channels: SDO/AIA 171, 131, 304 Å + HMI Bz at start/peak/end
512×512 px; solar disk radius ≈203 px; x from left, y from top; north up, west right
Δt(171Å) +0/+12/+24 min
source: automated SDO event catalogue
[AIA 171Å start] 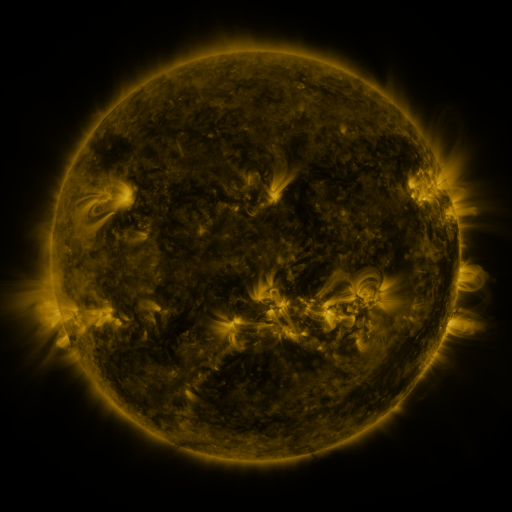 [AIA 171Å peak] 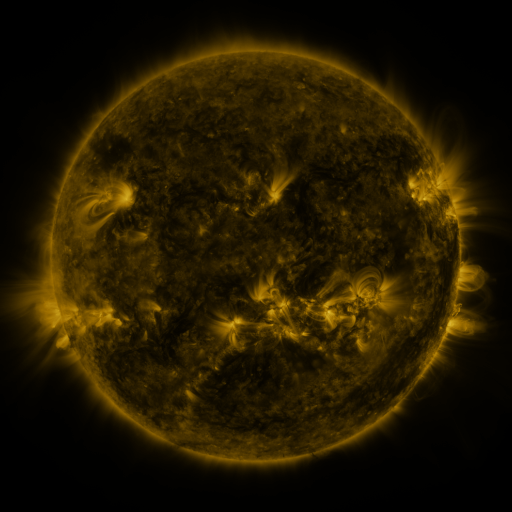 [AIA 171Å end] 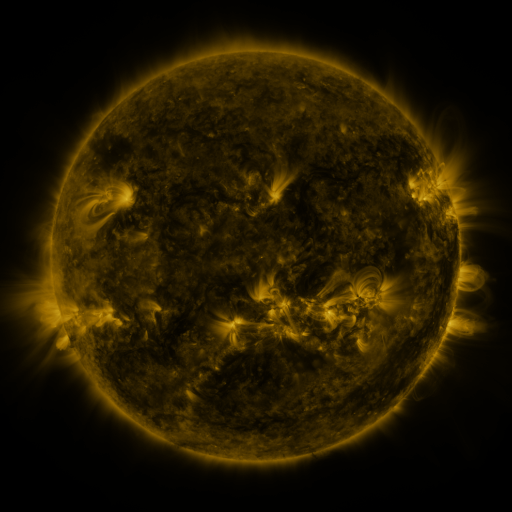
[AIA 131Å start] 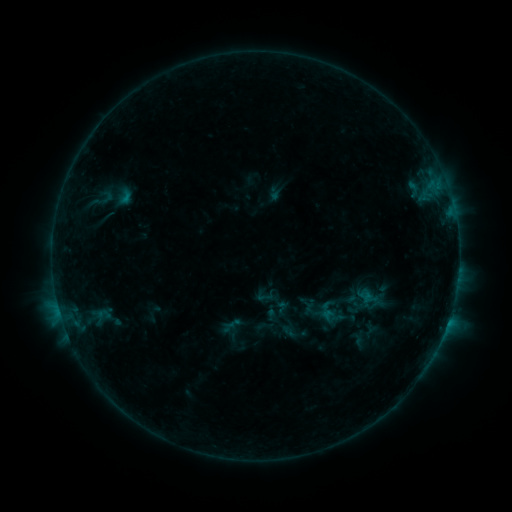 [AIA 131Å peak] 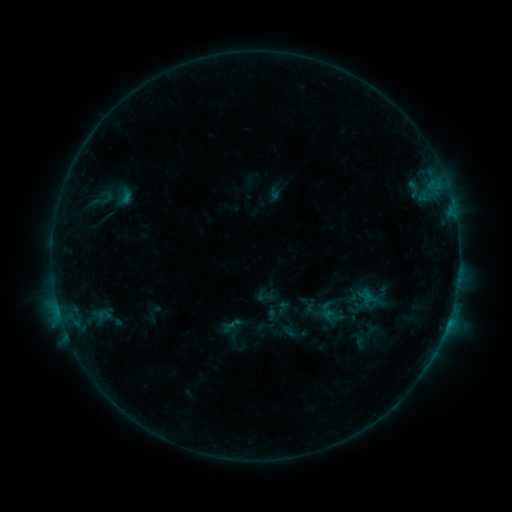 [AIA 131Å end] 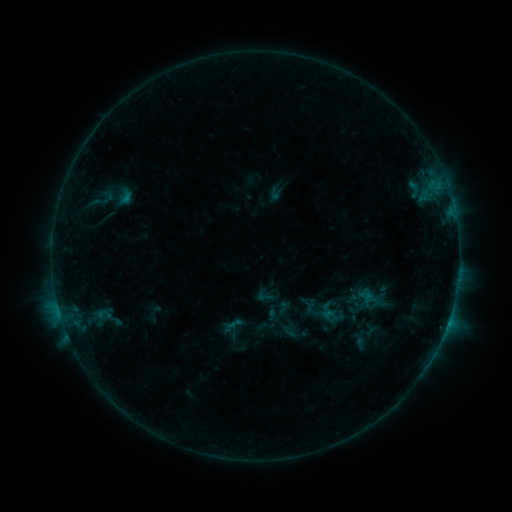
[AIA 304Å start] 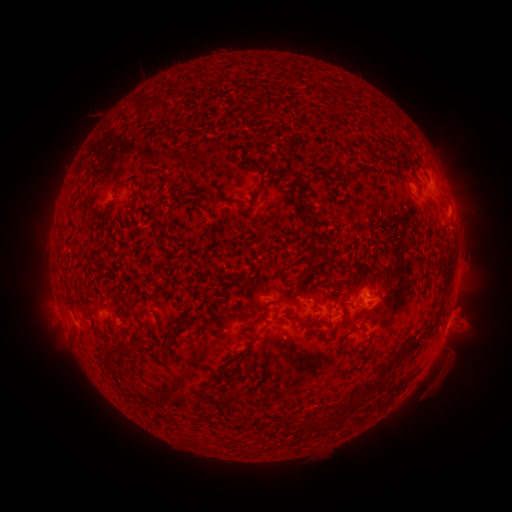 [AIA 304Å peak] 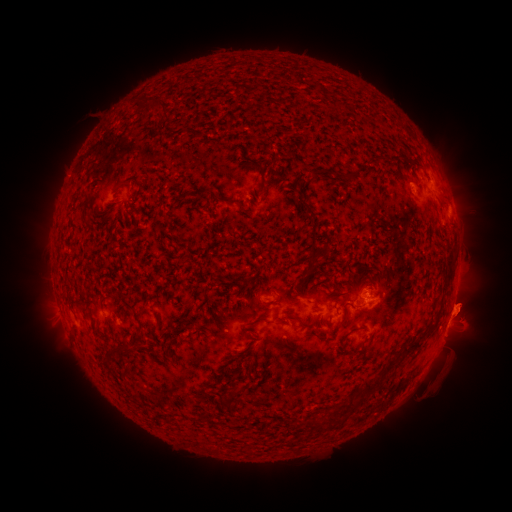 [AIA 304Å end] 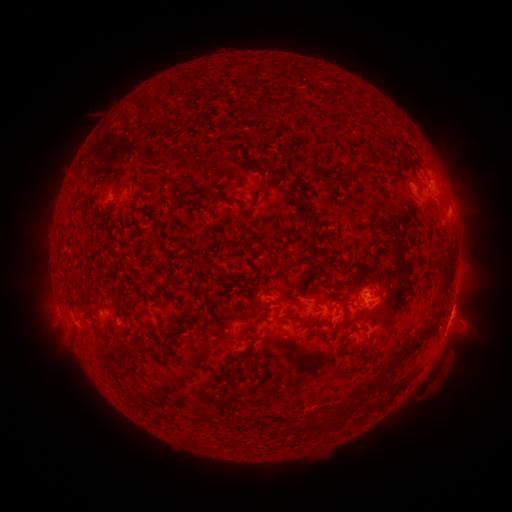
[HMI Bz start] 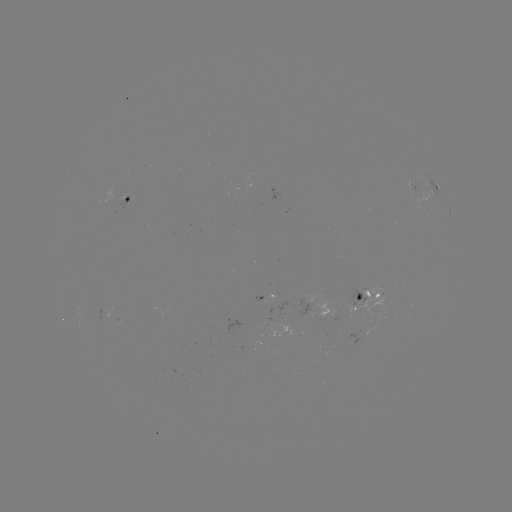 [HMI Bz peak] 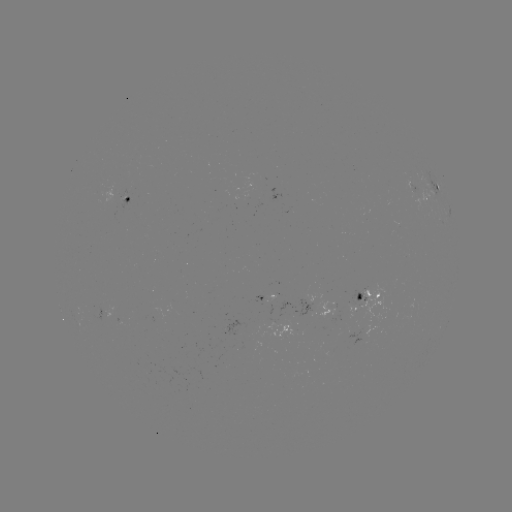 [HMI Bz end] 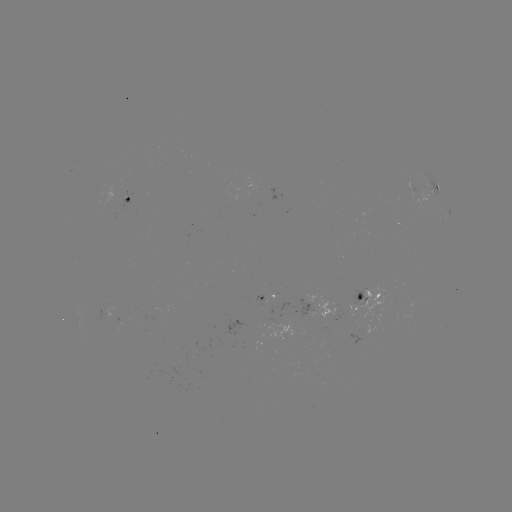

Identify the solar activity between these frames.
eruption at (465, 306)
